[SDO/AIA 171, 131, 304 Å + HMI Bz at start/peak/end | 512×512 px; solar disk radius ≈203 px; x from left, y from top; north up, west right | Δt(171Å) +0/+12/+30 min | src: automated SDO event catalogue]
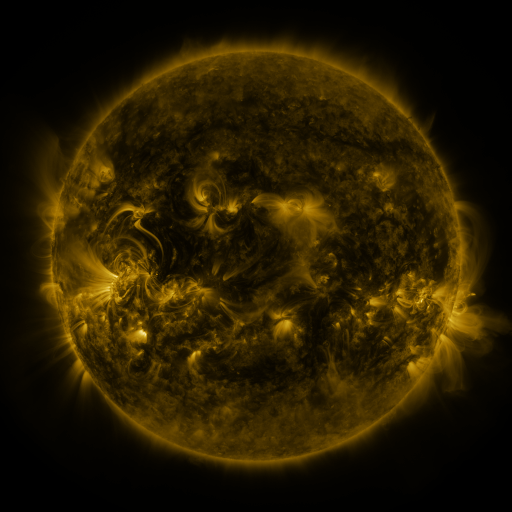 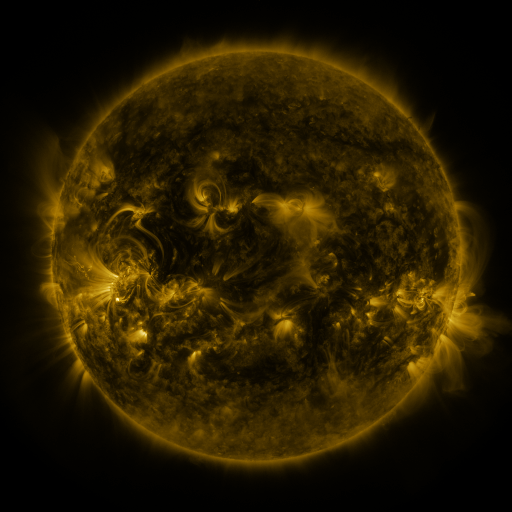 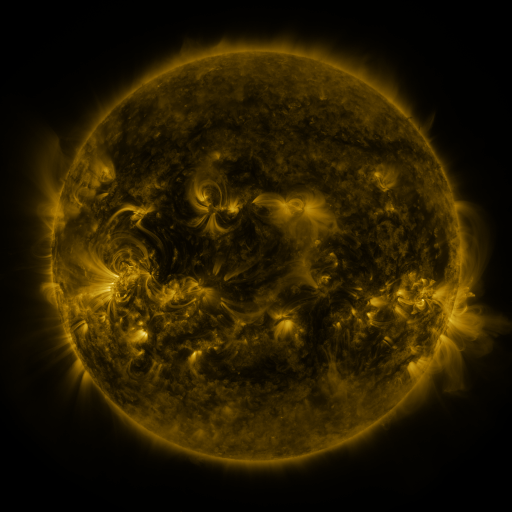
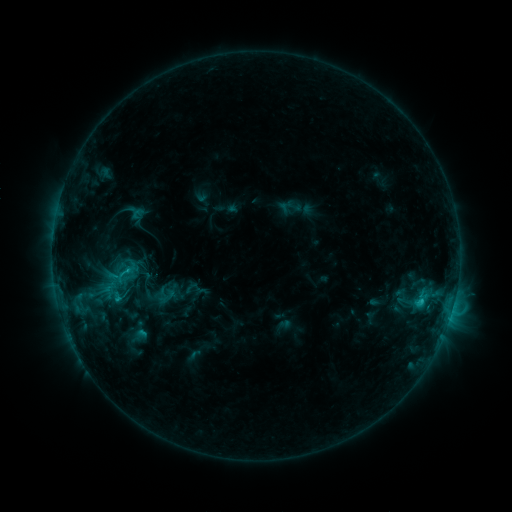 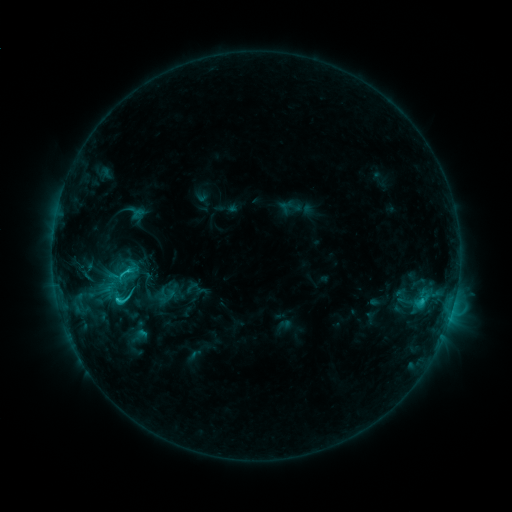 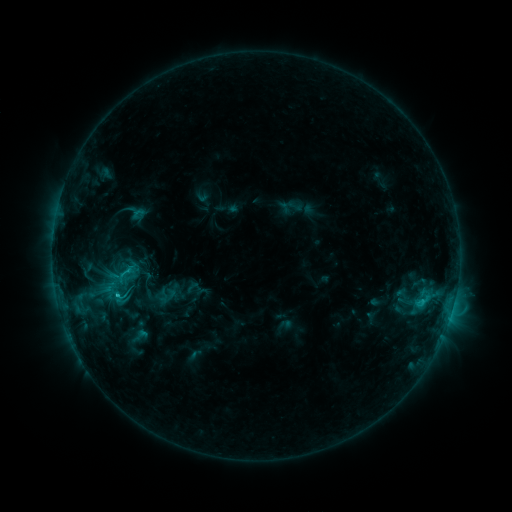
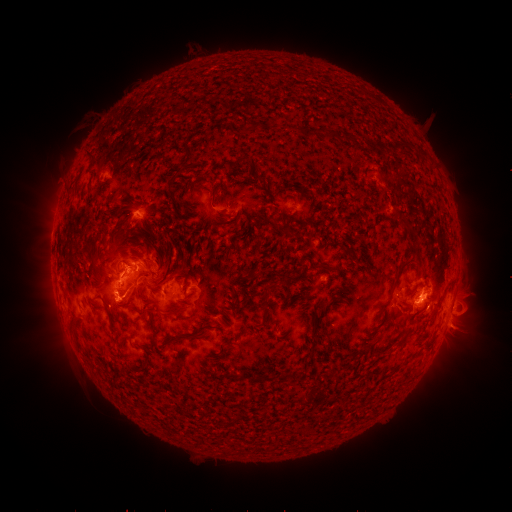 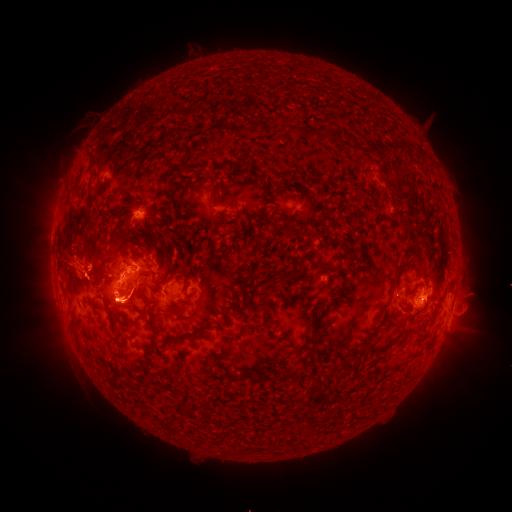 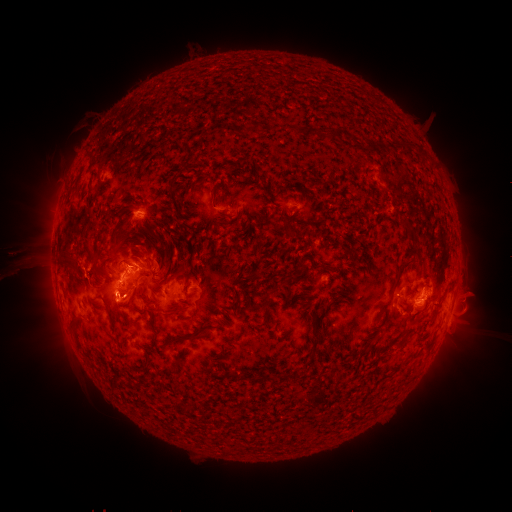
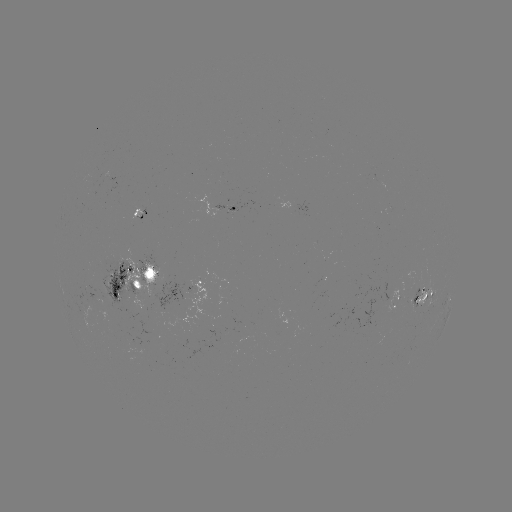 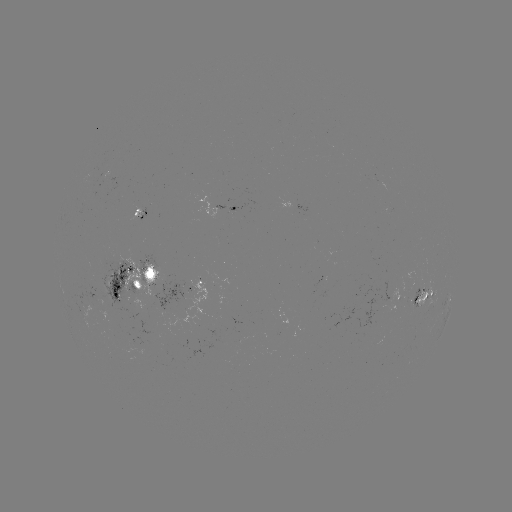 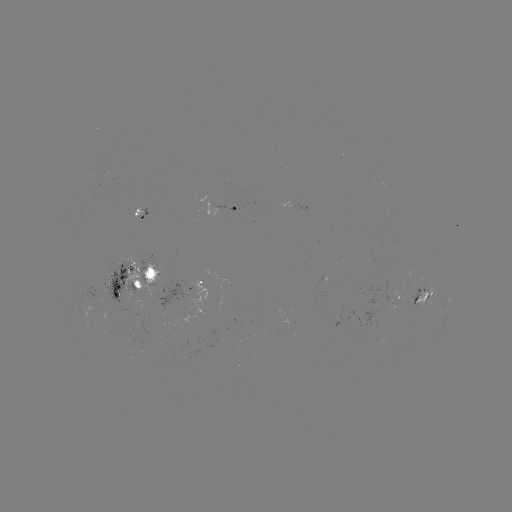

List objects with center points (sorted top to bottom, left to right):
eruption: (57, 264)
